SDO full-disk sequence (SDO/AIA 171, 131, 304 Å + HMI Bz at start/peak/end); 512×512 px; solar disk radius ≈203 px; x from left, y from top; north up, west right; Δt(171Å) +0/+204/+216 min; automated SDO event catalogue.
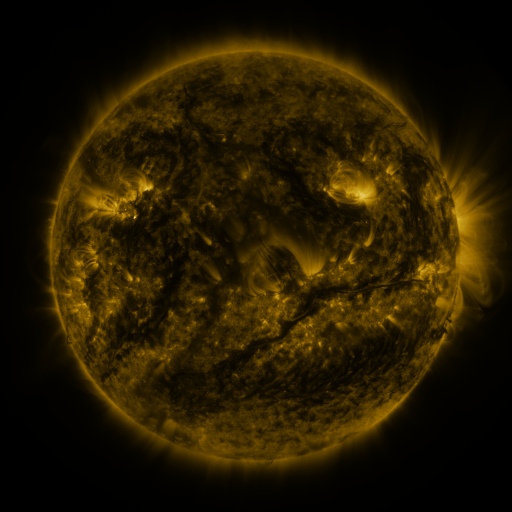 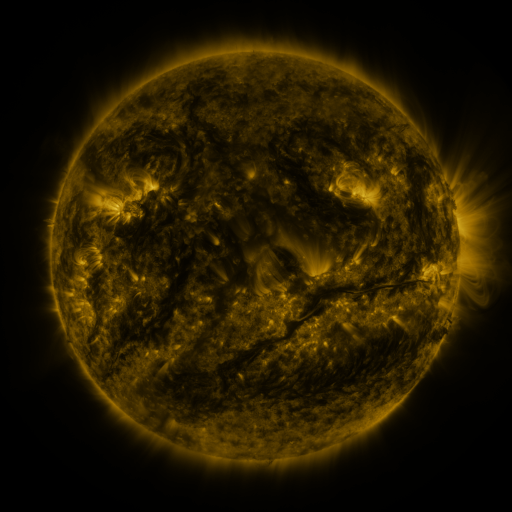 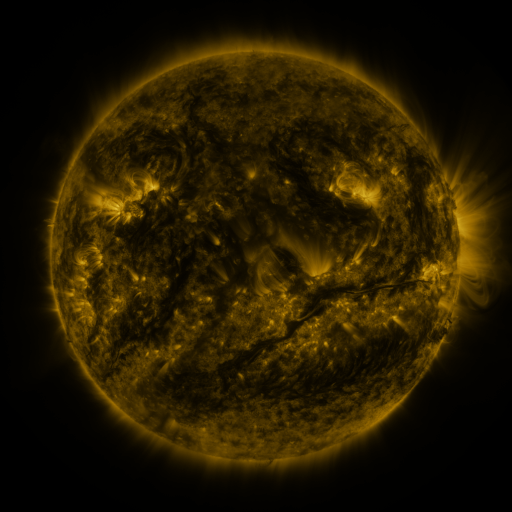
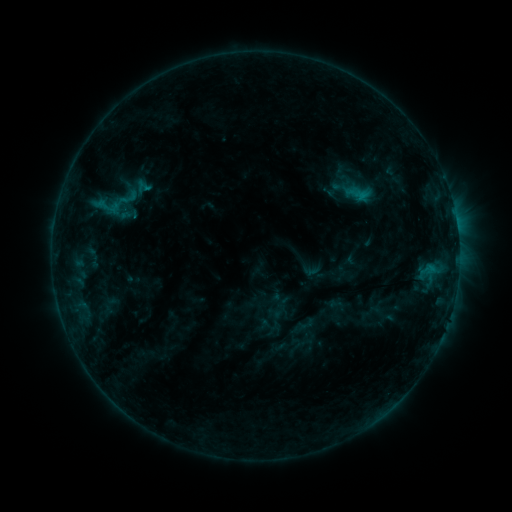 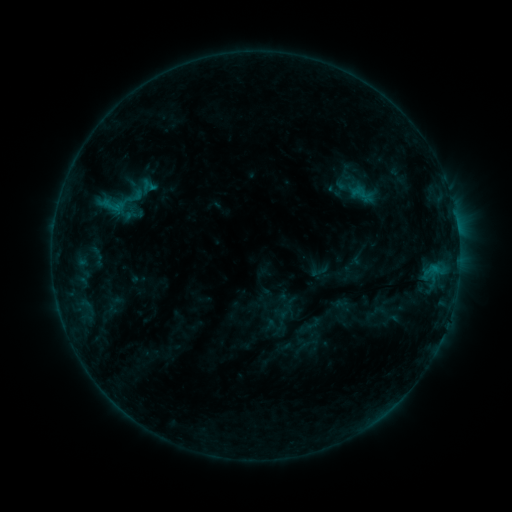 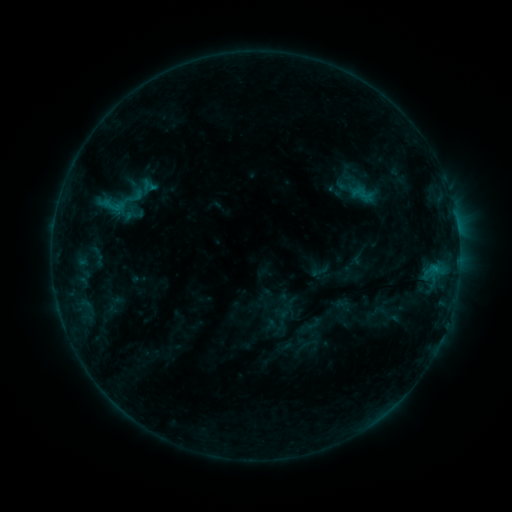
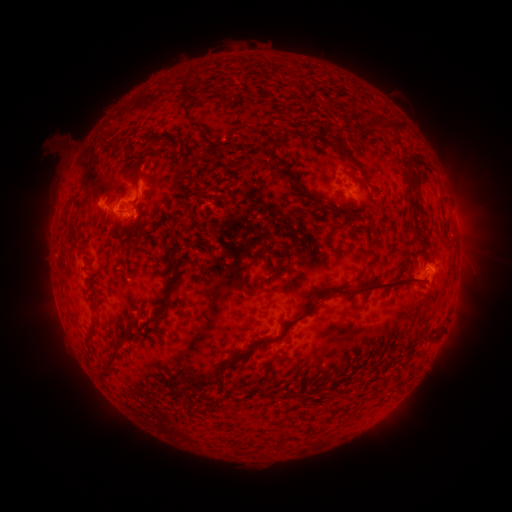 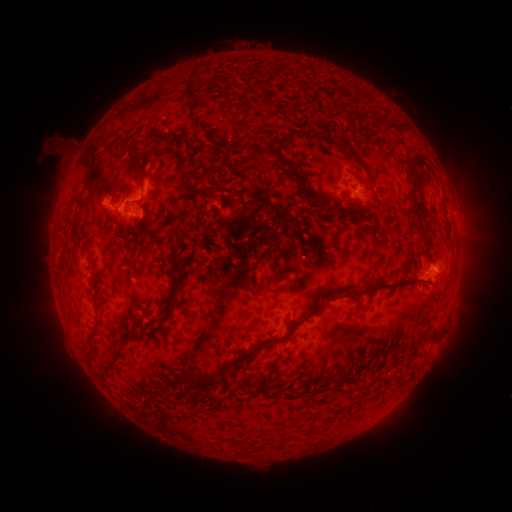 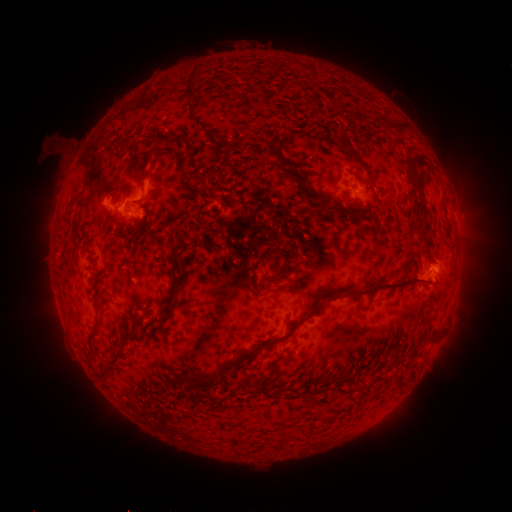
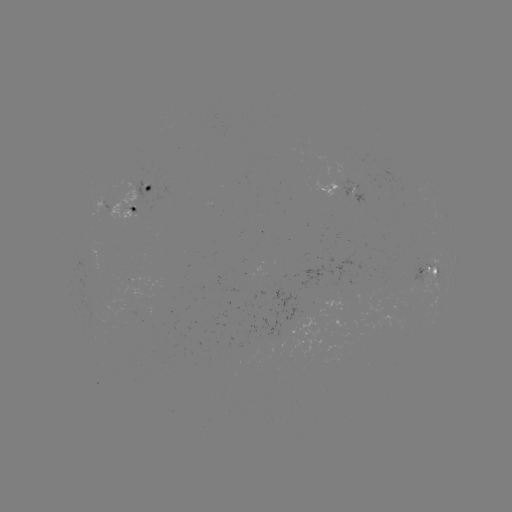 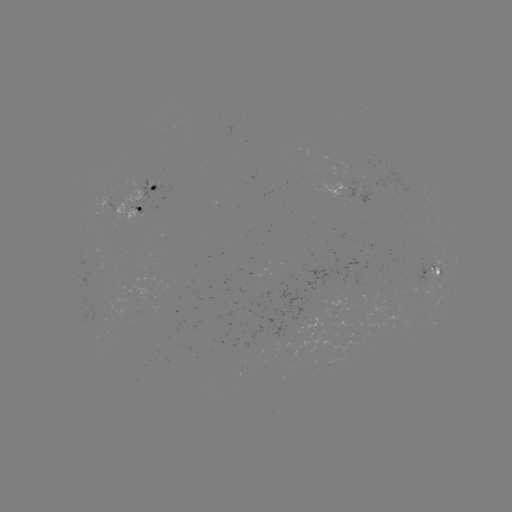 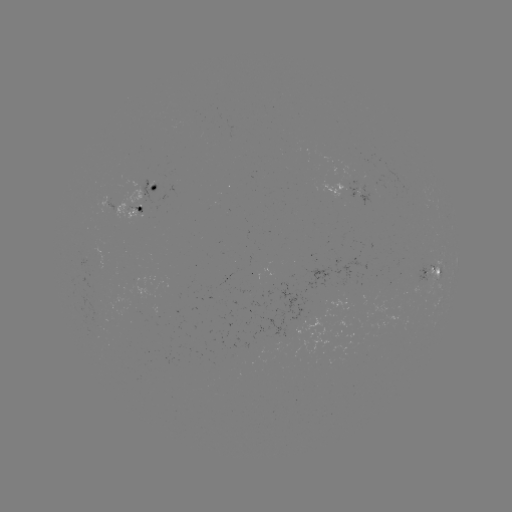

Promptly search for emerging-flux region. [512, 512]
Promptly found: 98,313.